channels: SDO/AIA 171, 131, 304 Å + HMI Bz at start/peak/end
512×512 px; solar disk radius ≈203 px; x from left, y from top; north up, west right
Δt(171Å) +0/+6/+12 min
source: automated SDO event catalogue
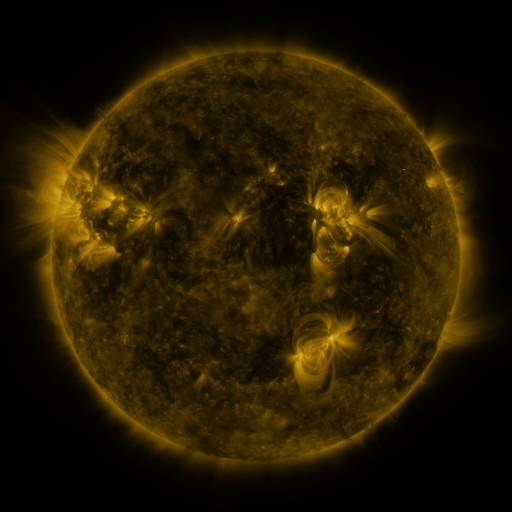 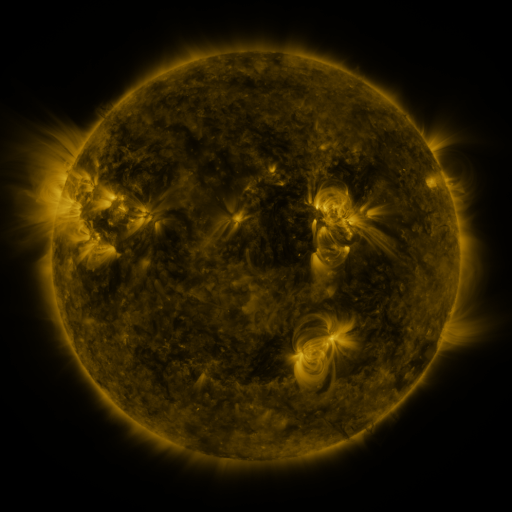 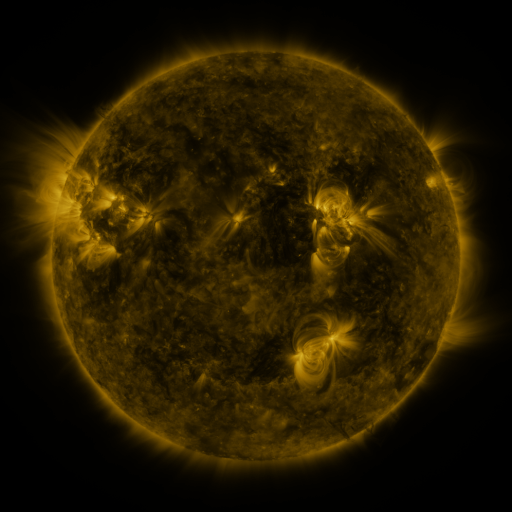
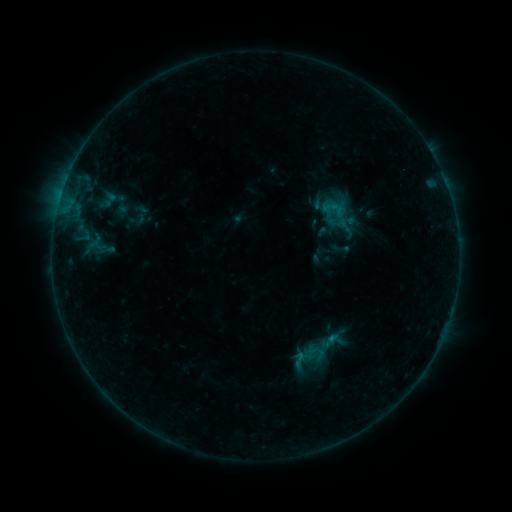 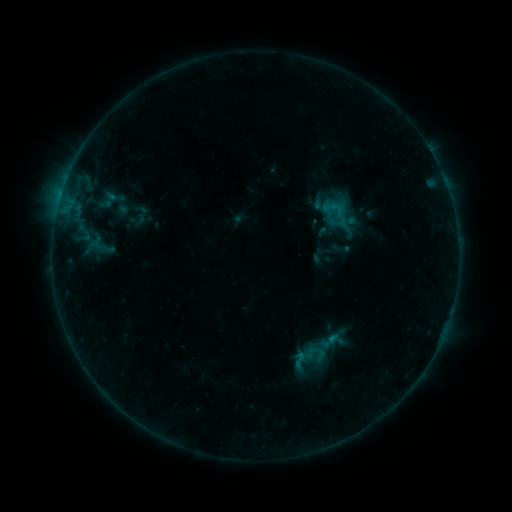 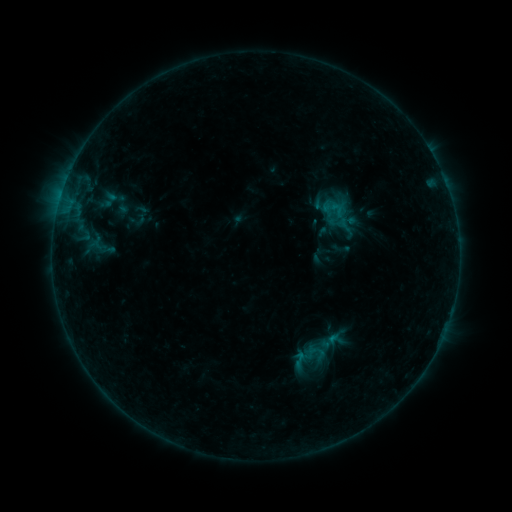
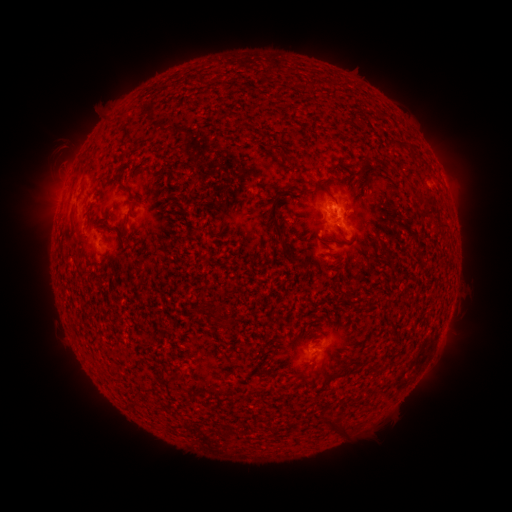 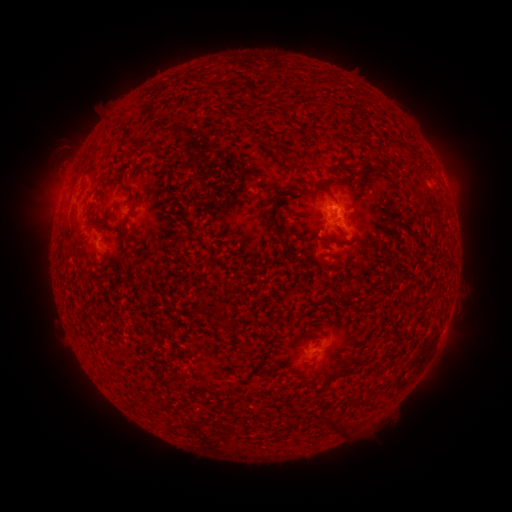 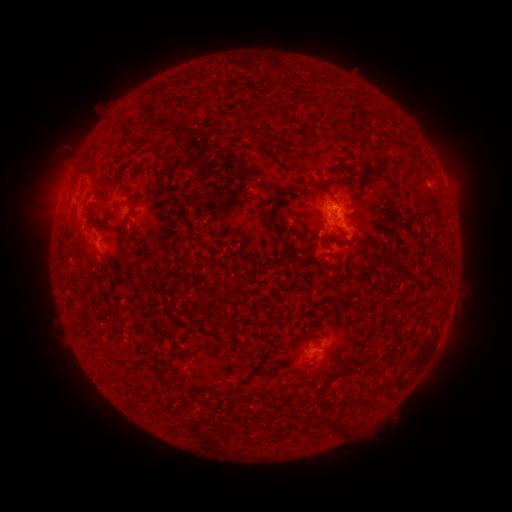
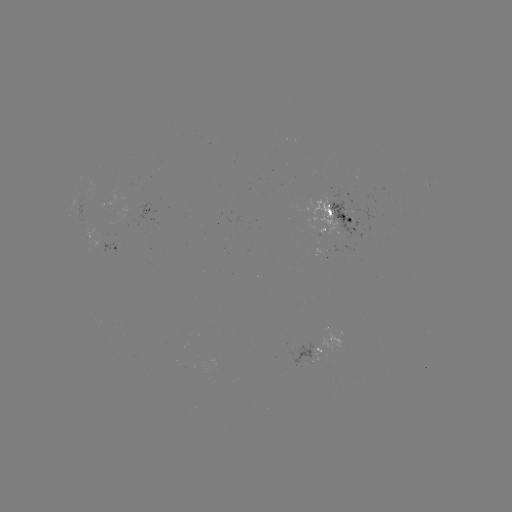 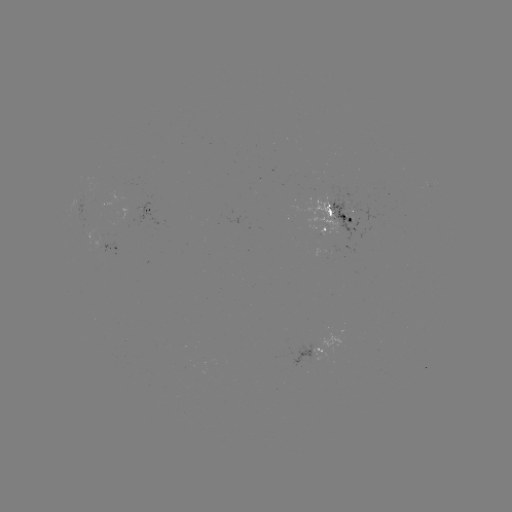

no classed flare was catalogued and no EUV brightening was flagged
